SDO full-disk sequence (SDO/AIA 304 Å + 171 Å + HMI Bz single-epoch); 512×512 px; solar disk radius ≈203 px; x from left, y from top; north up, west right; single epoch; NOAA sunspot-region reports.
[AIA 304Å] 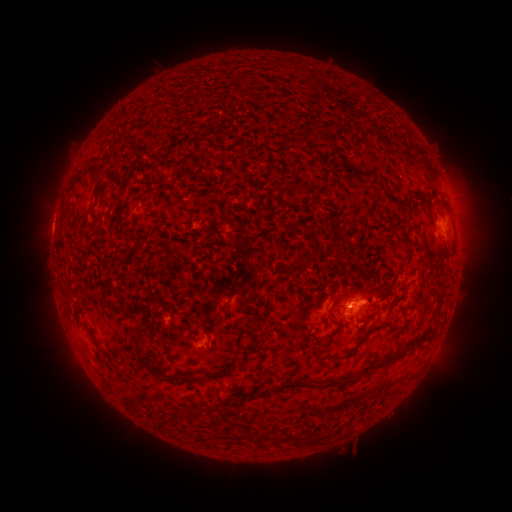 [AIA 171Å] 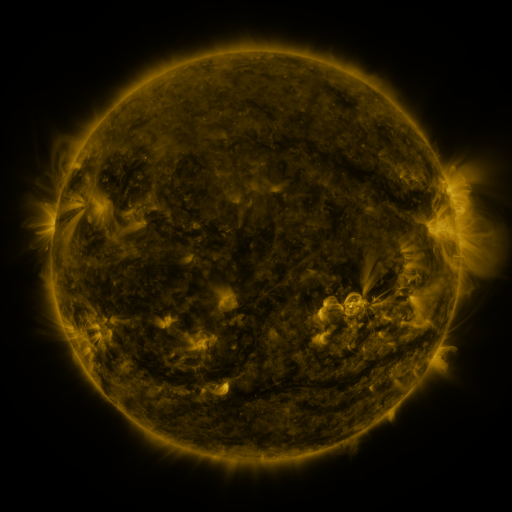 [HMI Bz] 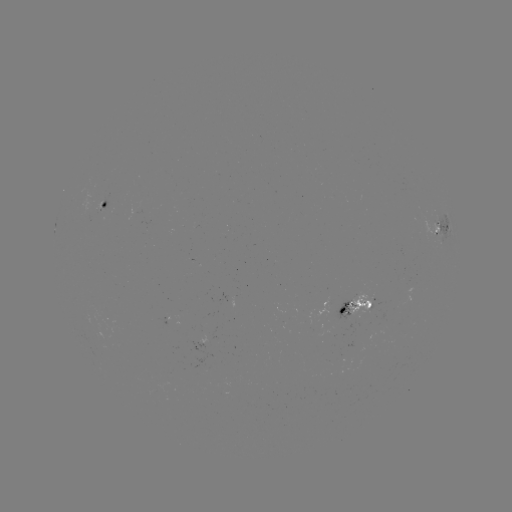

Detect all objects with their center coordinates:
spotted active region: (109, 206)
spotted active region: (444, 229)
spotted active region: (349, 306)
spotted active region: (204, 343)
